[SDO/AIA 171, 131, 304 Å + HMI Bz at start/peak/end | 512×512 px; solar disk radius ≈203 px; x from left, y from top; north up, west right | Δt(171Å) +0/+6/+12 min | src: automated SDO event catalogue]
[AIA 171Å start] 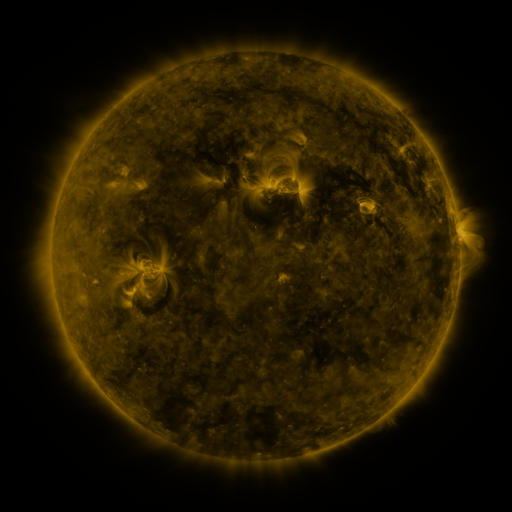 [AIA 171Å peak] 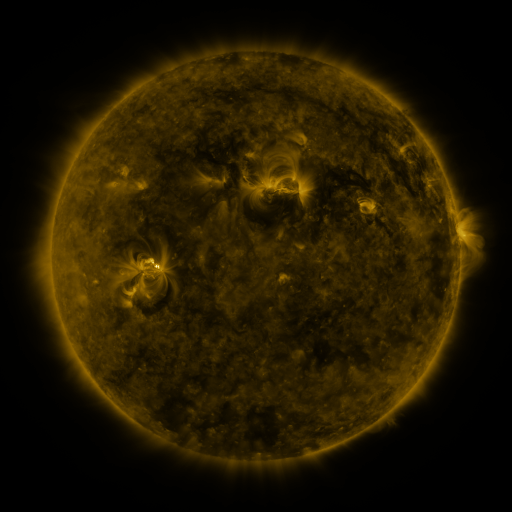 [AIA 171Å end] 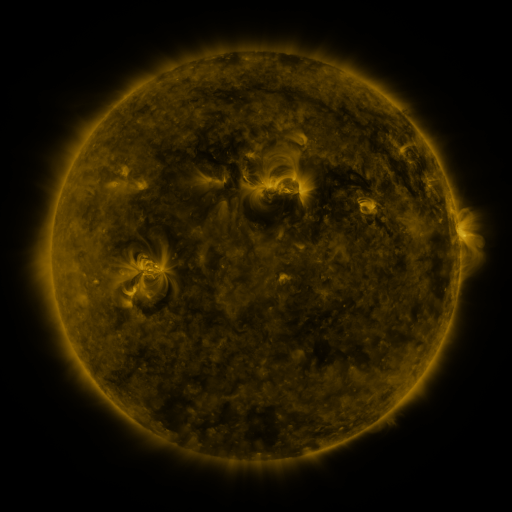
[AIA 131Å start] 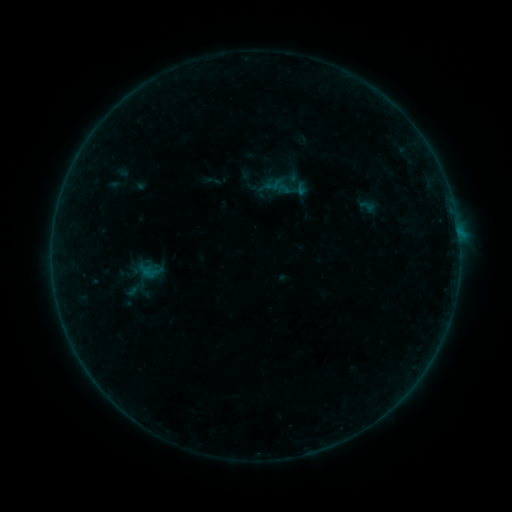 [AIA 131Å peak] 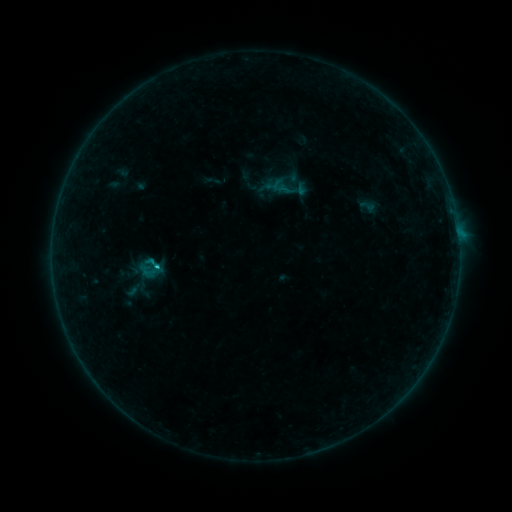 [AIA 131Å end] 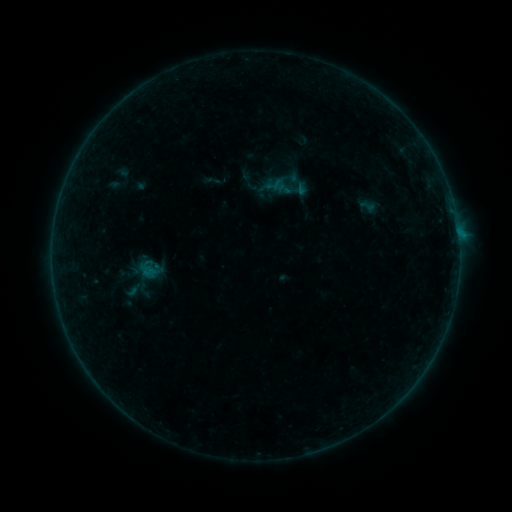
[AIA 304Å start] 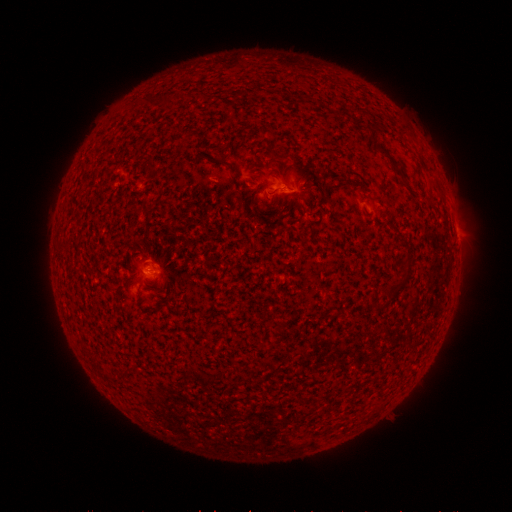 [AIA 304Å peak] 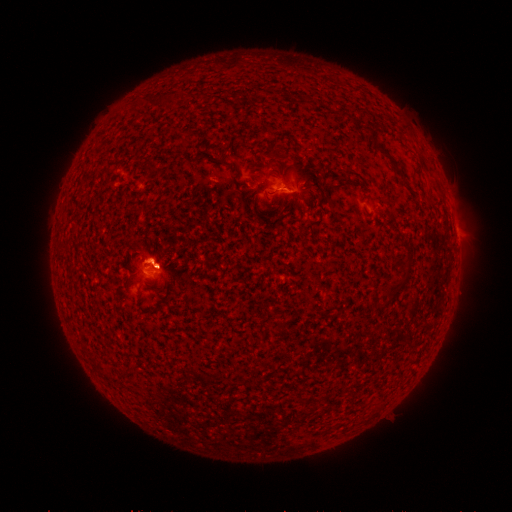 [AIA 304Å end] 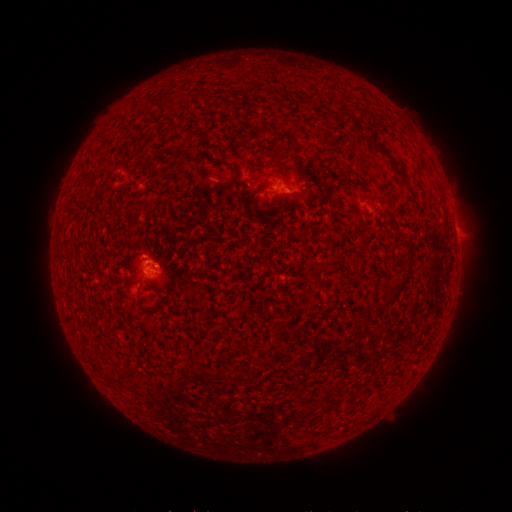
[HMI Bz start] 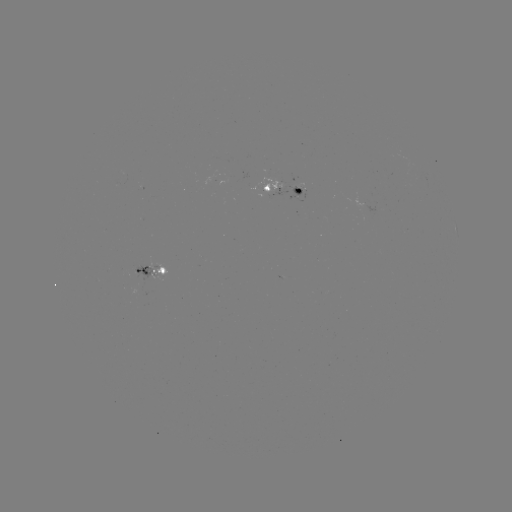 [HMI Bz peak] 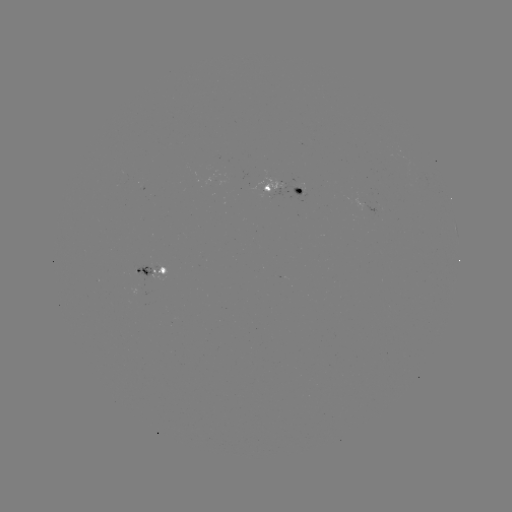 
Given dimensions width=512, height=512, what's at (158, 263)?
B4.3 flare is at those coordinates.